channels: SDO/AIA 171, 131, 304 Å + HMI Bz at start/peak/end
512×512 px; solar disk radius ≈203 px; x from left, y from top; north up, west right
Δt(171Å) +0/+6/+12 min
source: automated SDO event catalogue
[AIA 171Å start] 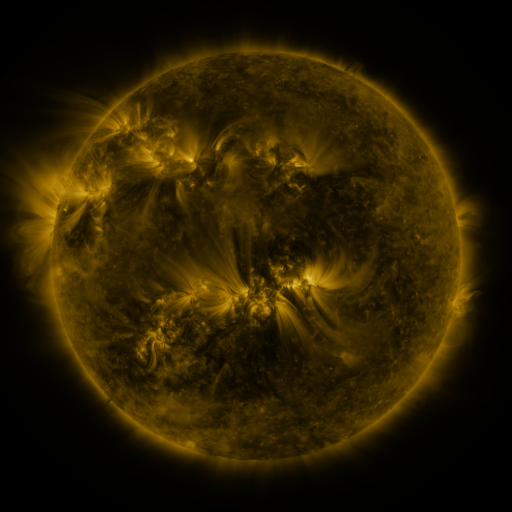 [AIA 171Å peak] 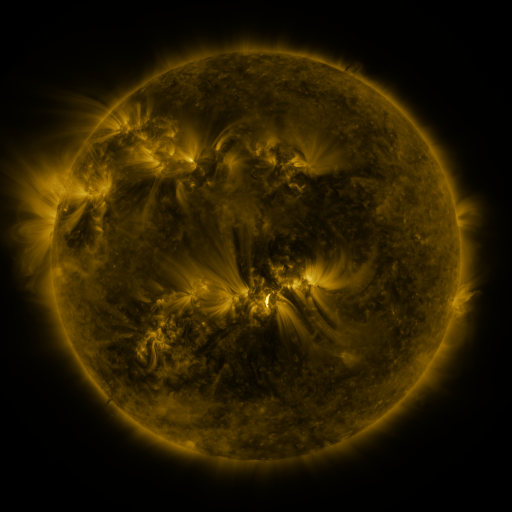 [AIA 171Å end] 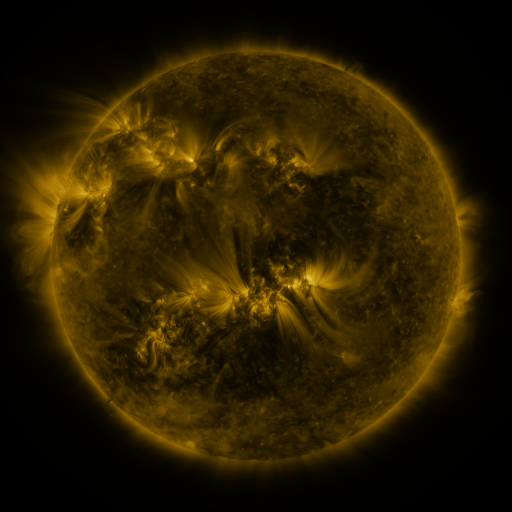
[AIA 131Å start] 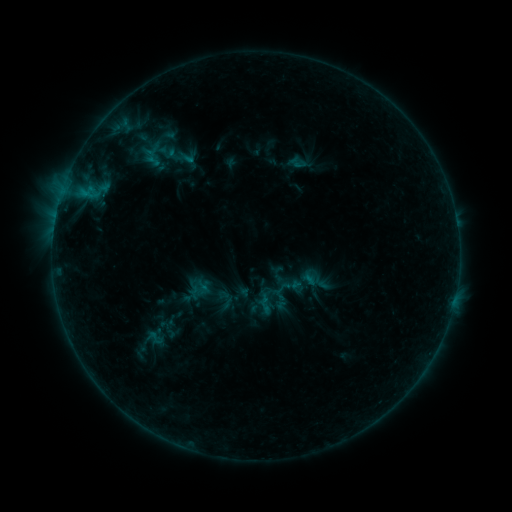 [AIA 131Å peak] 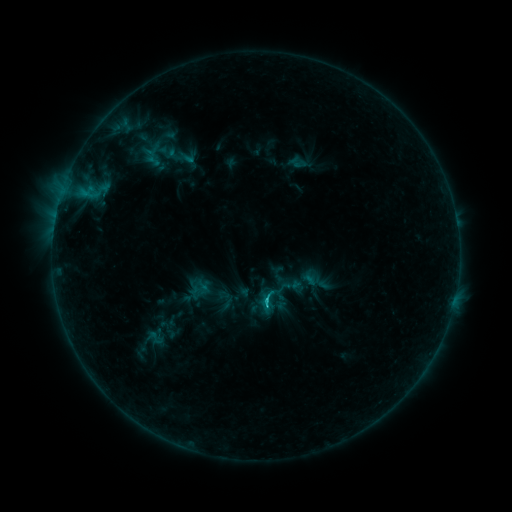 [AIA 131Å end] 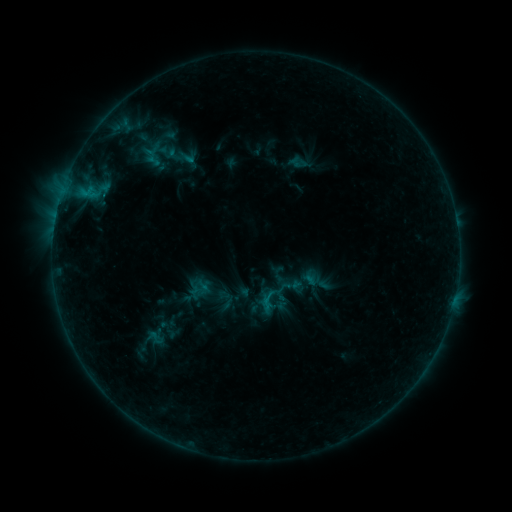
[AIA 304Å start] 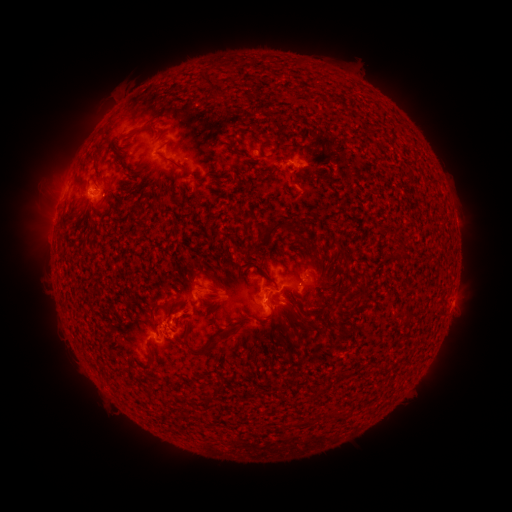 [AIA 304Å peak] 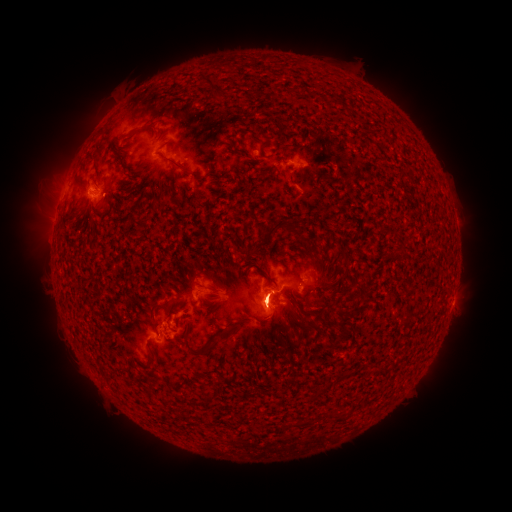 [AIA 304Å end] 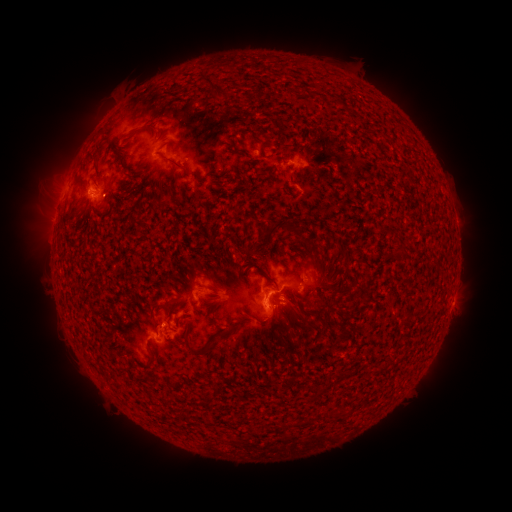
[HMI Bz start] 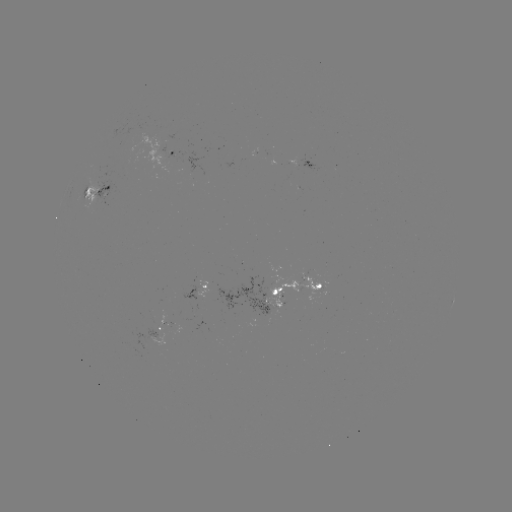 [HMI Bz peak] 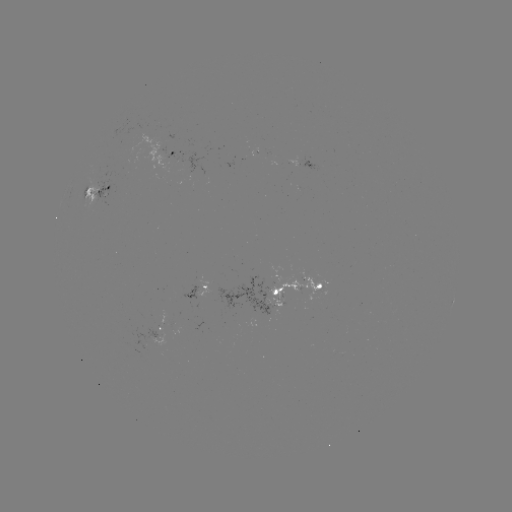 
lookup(B8.6 flare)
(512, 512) (266, 299)